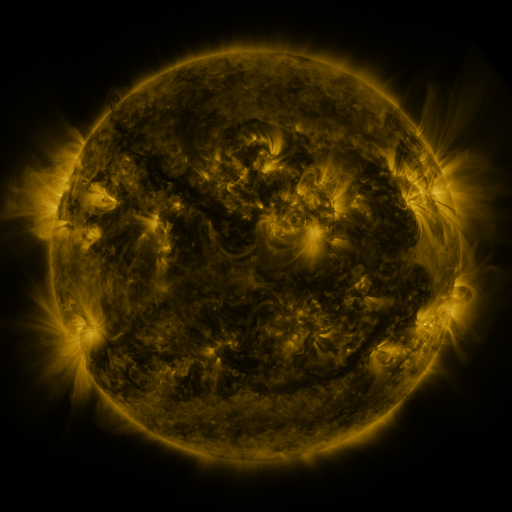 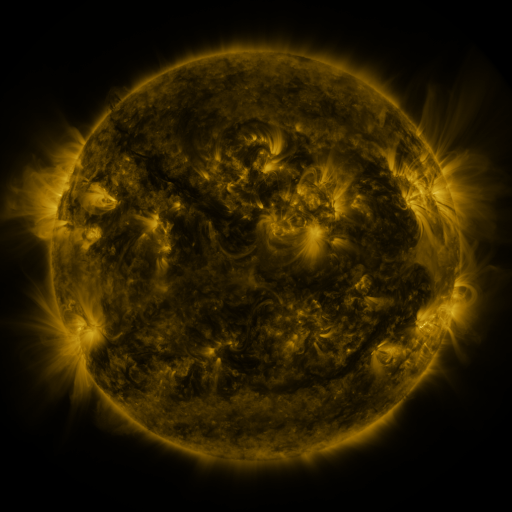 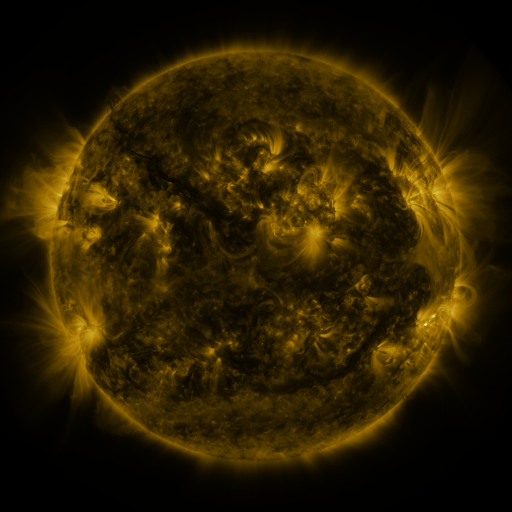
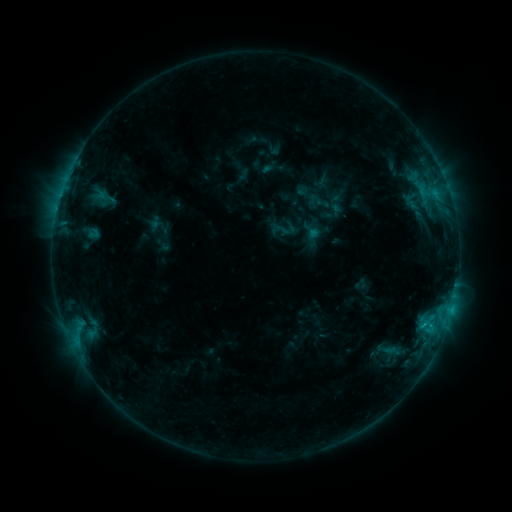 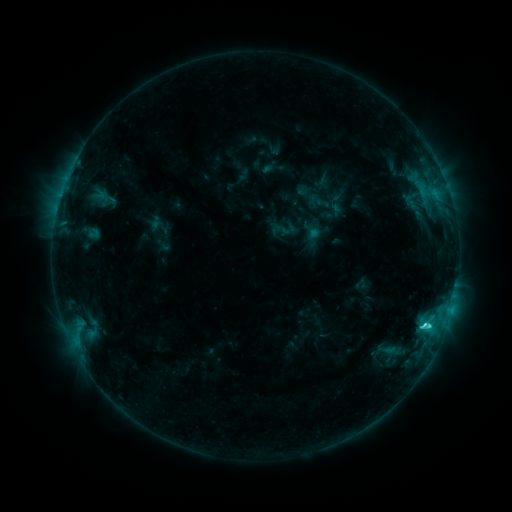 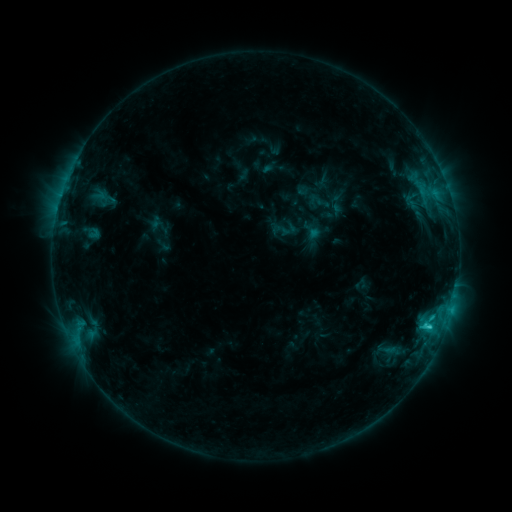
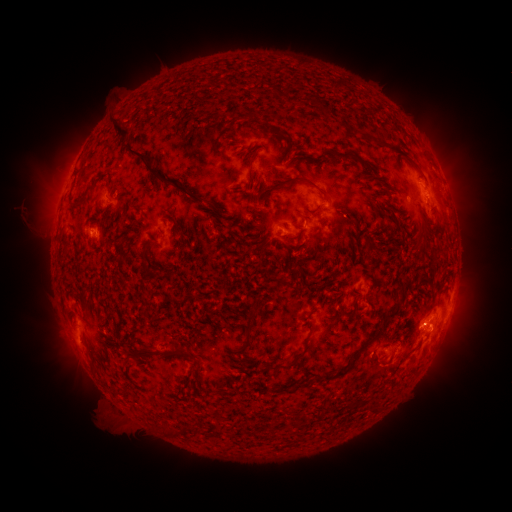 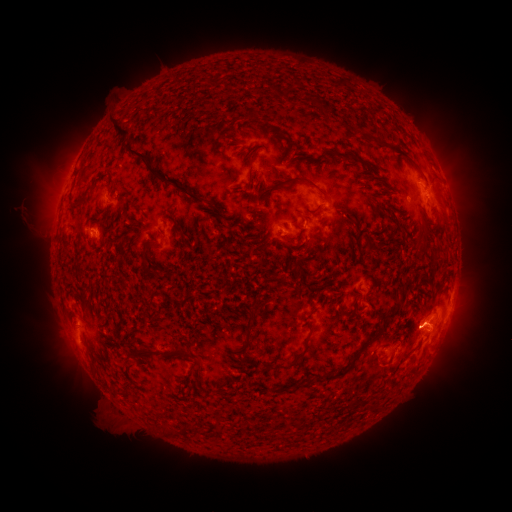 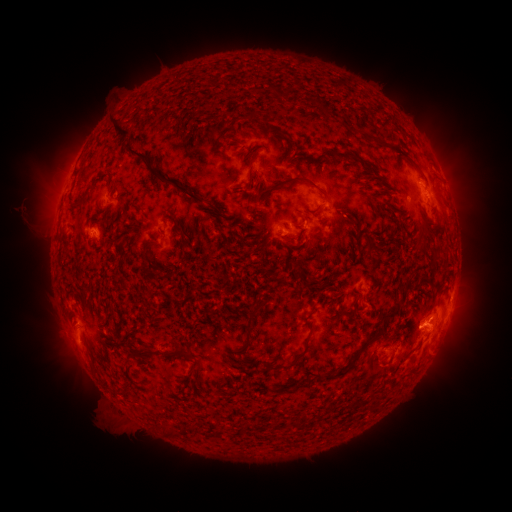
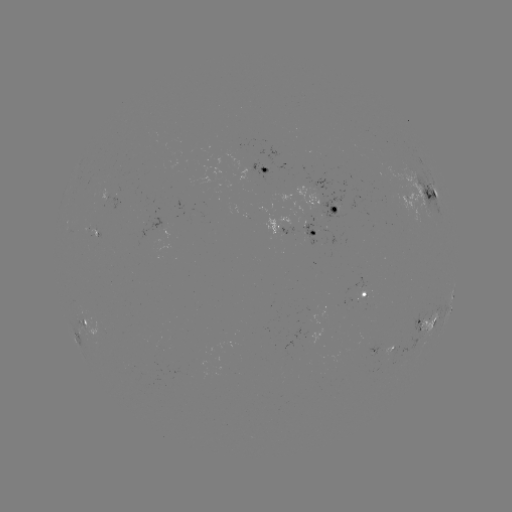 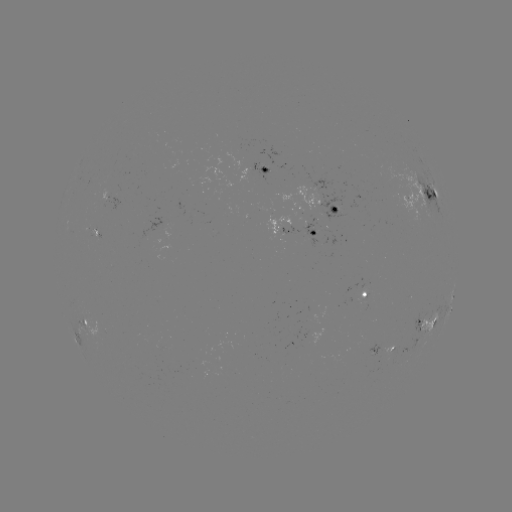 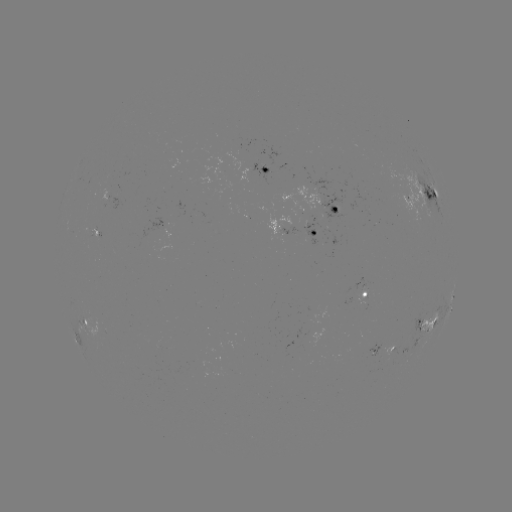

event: flare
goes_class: C2.4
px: (425, 323)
